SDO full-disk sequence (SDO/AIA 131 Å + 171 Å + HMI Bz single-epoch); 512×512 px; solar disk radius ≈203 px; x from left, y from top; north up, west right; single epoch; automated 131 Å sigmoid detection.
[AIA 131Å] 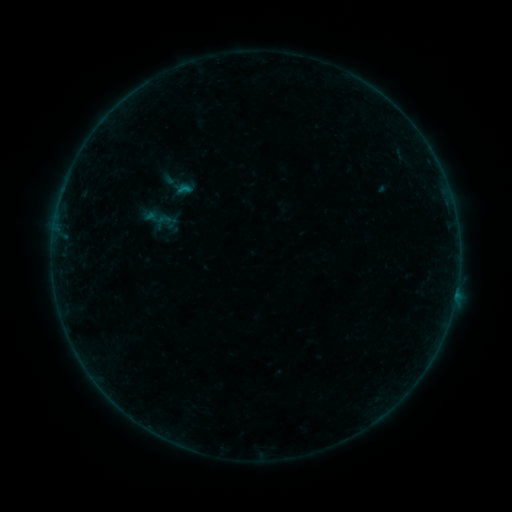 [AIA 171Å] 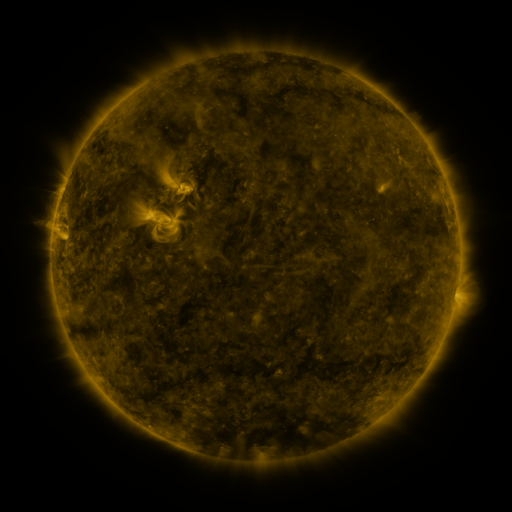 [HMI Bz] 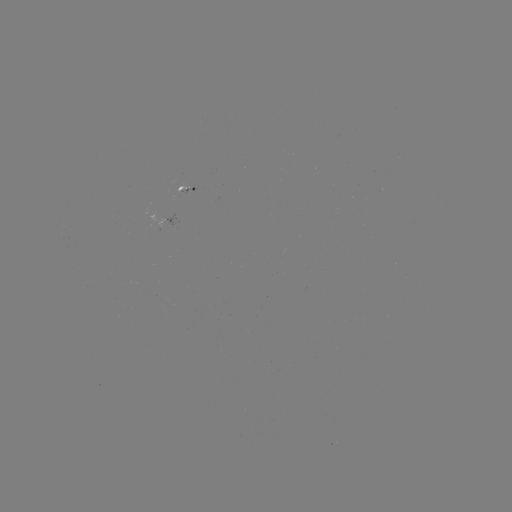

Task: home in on sigmoid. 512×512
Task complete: [163, 221].